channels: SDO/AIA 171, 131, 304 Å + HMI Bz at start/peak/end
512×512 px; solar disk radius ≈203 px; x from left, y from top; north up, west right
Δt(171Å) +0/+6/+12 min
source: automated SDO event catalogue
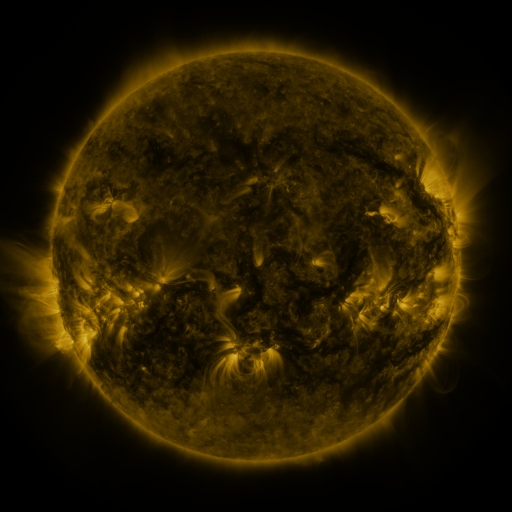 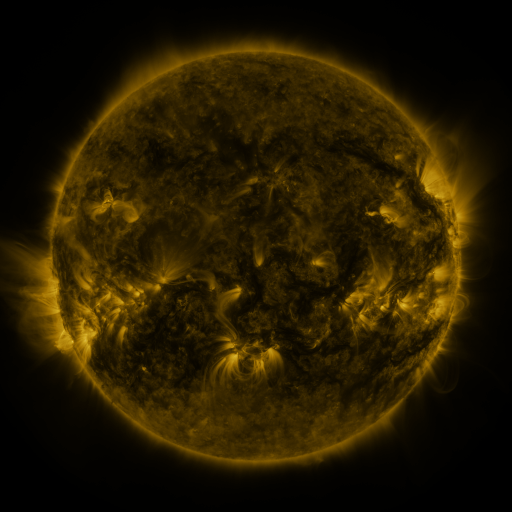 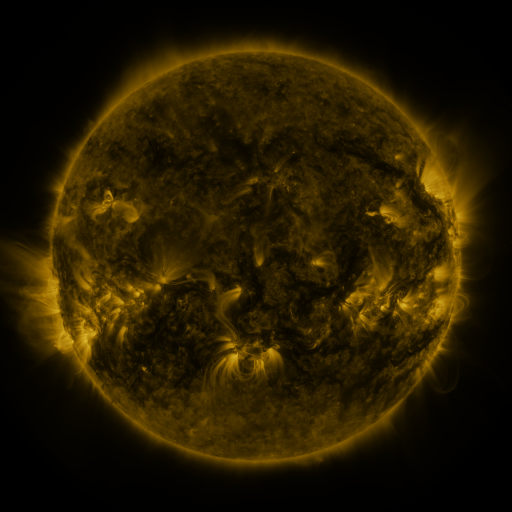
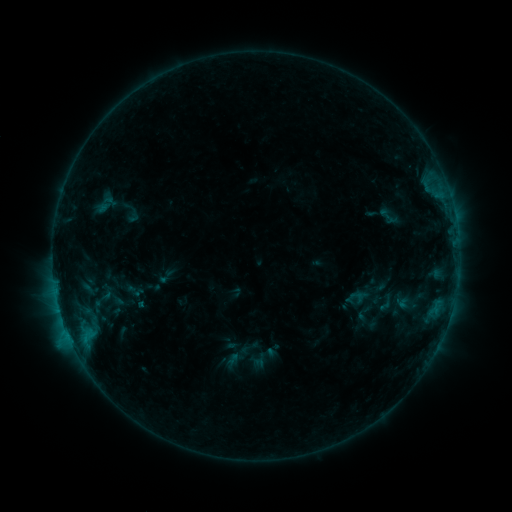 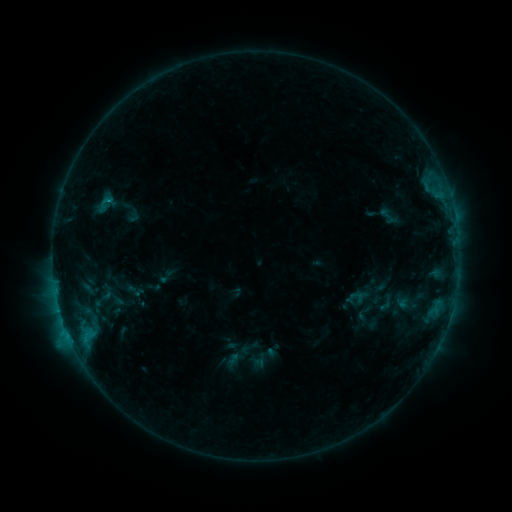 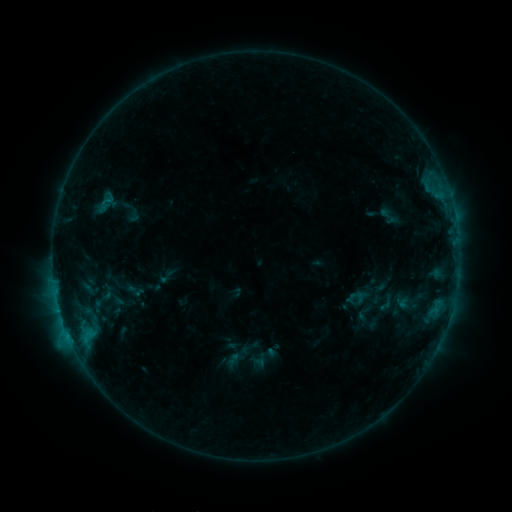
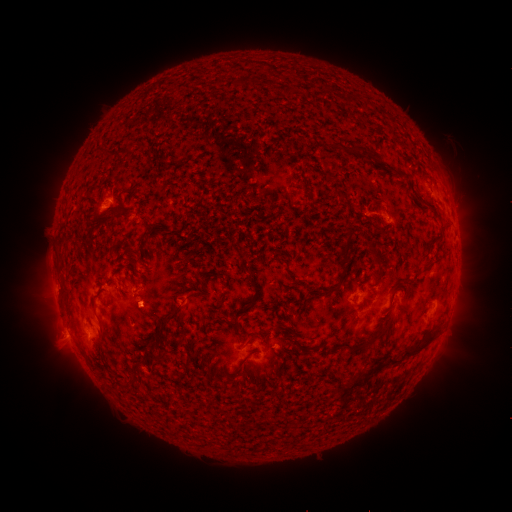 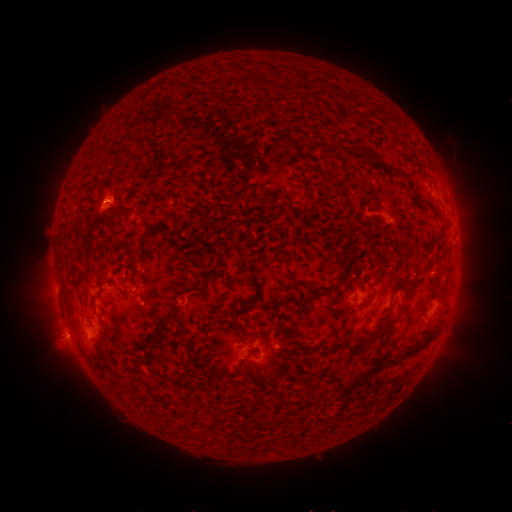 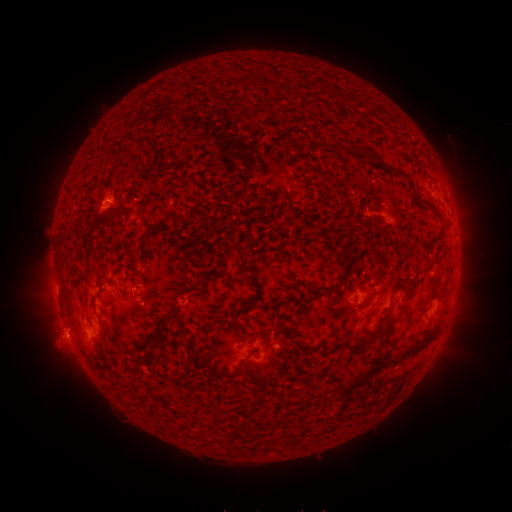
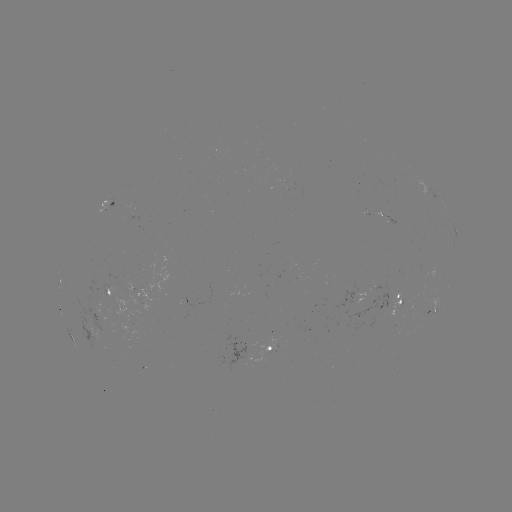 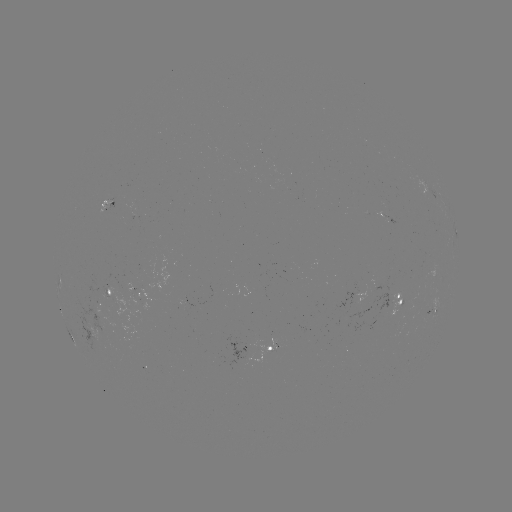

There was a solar eruption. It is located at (105, 194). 